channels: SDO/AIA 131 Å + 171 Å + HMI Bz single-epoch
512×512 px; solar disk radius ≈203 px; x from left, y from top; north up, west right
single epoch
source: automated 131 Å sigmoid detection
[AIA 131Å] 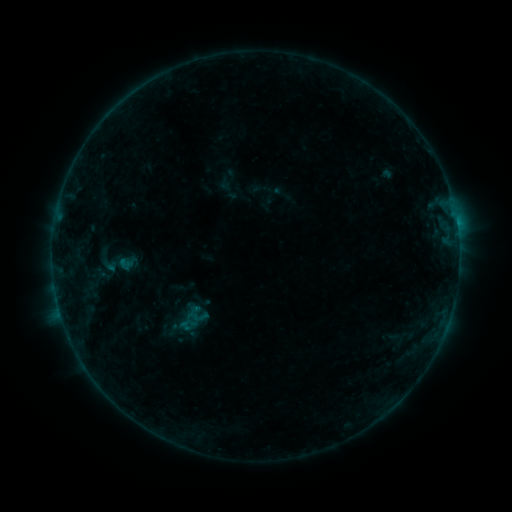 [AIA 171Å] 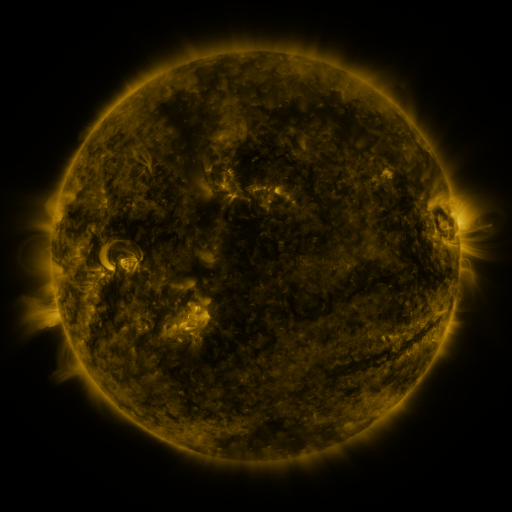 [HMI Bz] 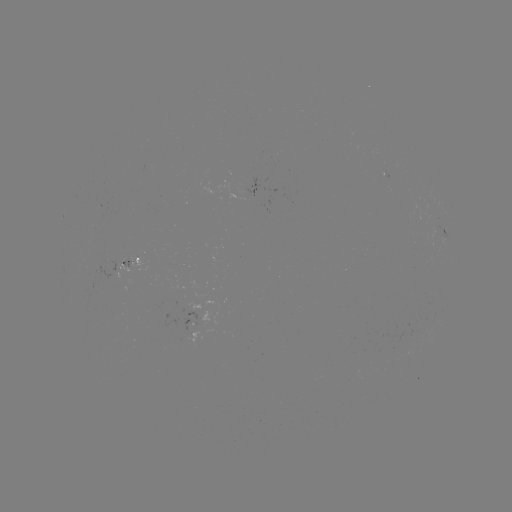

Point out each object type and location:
sigmoid: (197, 316)
